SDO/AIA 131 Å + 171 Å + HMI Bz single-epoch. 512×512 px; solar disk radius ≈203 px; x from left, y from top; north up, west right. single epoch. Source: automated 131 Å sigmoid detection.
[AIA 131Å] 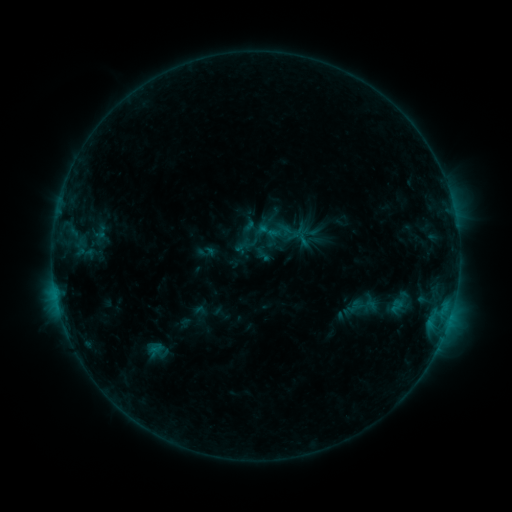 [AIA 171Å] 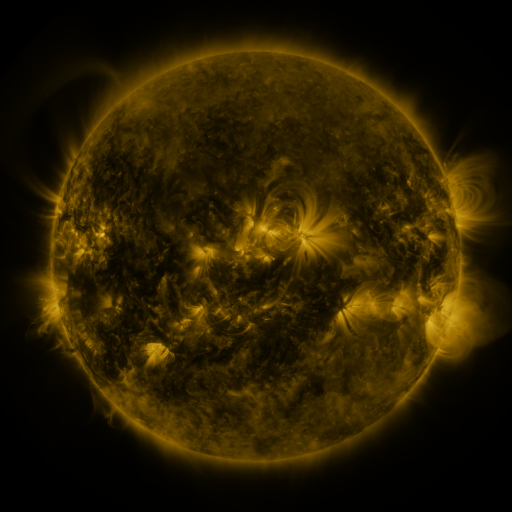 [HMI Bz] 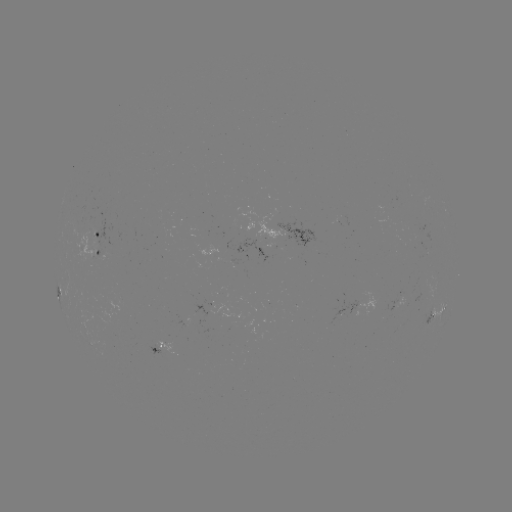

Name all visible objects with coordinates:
sigmoid: (269, 231)
